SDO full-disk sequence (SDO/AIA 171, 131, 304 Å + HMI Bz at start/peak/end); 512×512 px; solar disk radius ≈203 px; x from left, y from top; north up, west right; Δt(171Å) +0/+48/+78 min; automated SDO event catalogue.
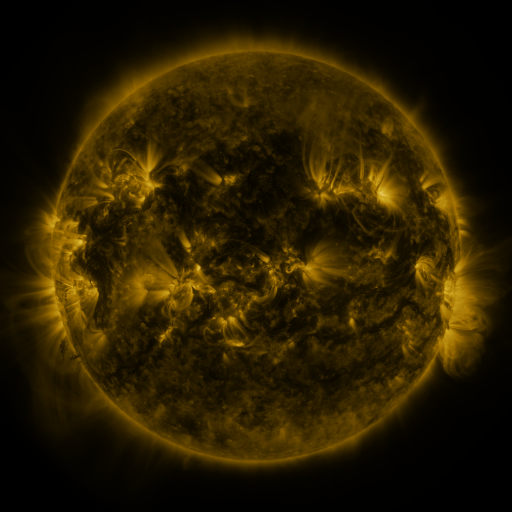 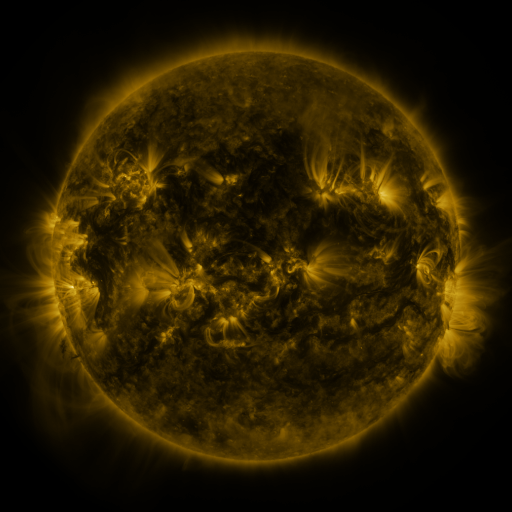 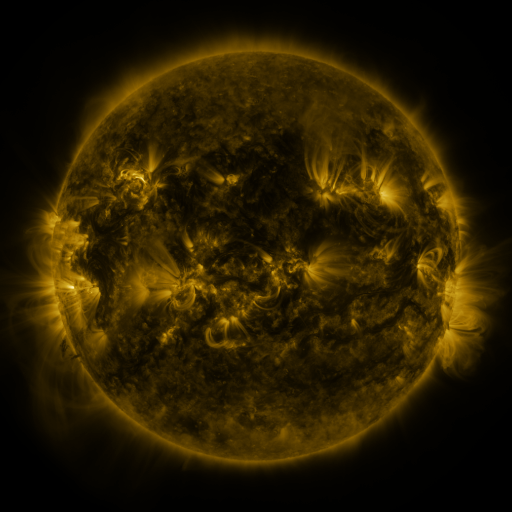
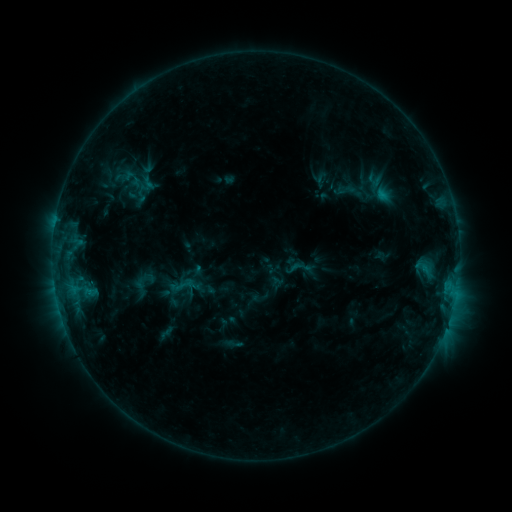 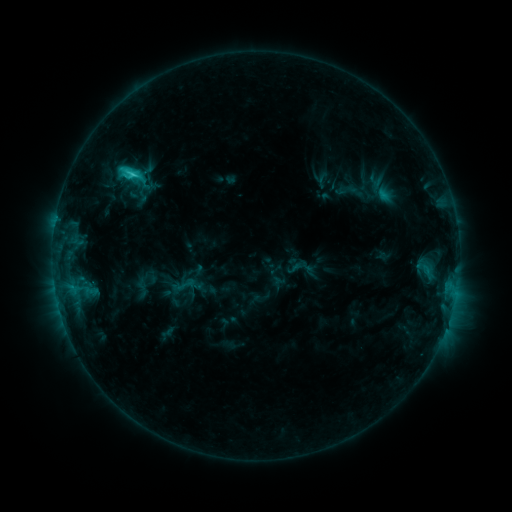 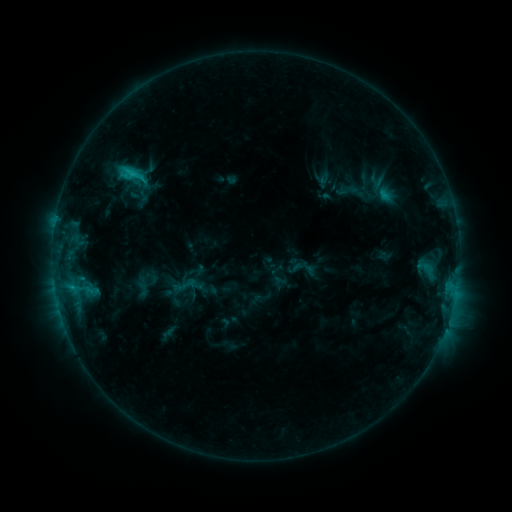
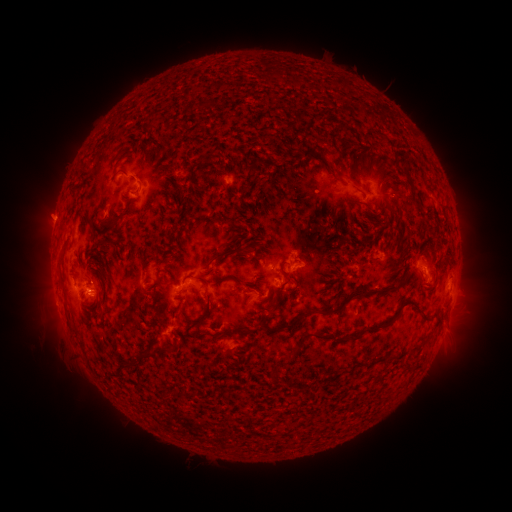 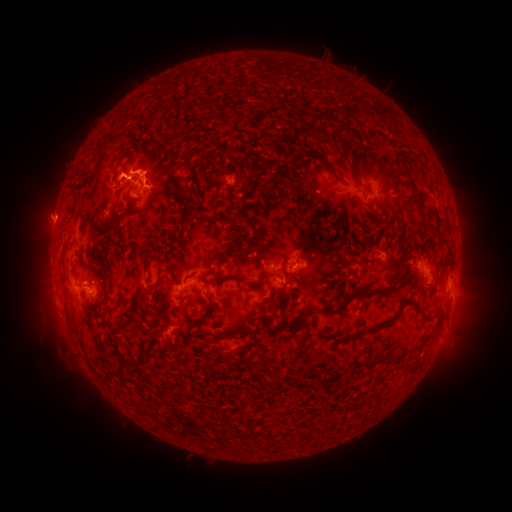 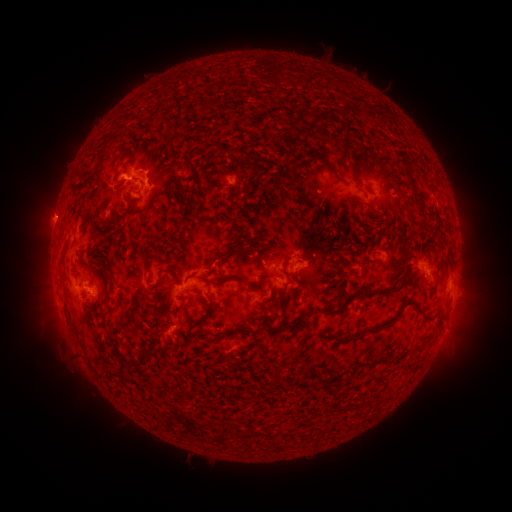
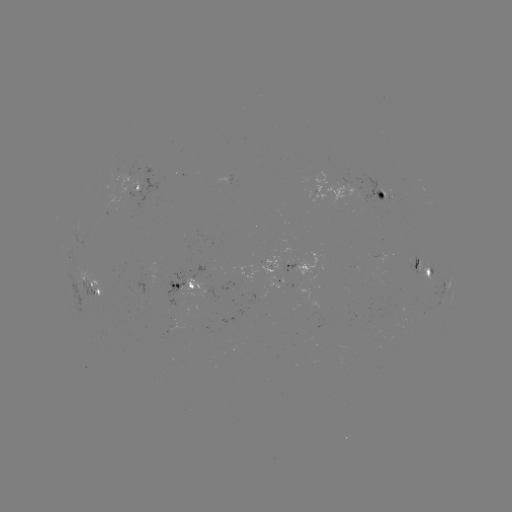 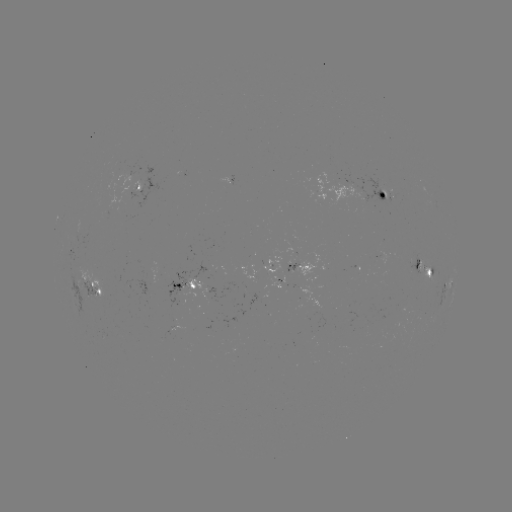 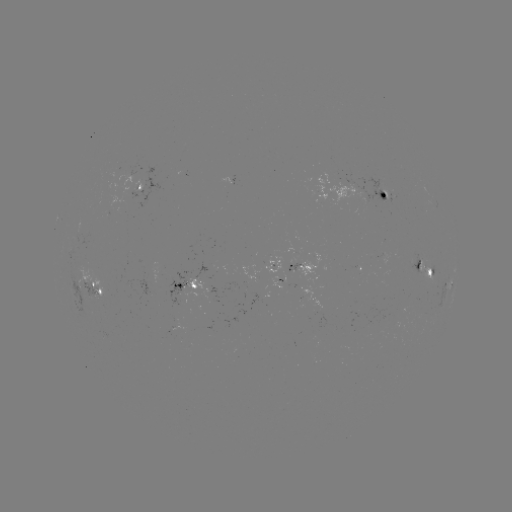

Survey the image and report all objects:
C2.7 flare: (134, 175)
